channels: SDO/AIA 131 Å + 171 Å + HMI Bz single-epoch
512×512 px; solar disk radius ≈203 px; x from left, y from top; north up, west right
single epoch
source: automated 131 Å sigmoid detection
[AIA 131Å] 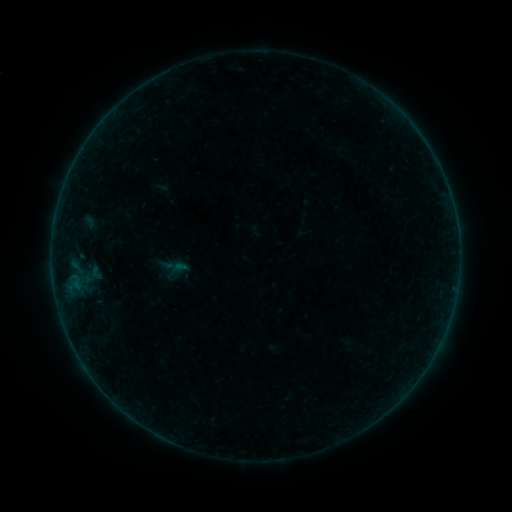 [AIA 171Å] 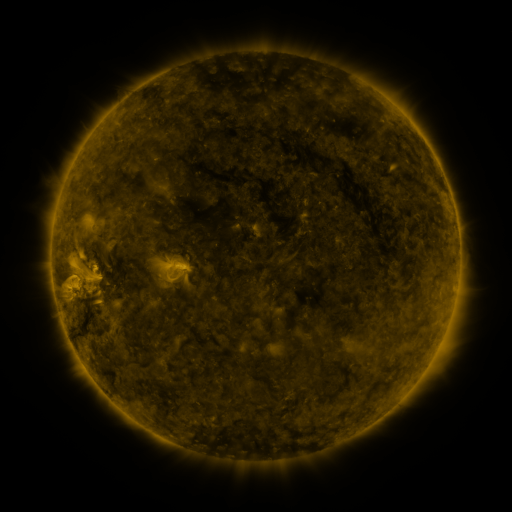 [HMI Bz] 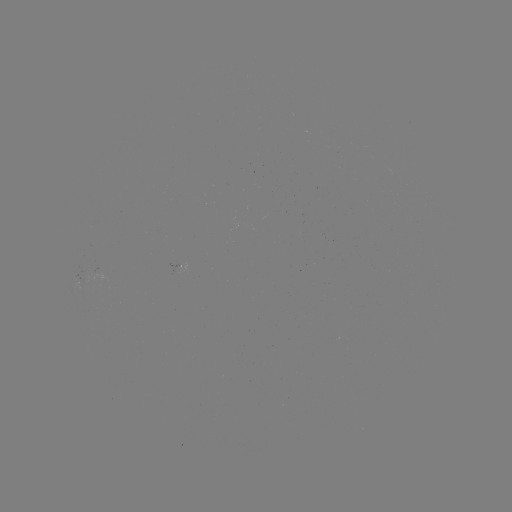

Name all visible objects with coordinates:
sigmoid: (86, 264, 106, 281)
